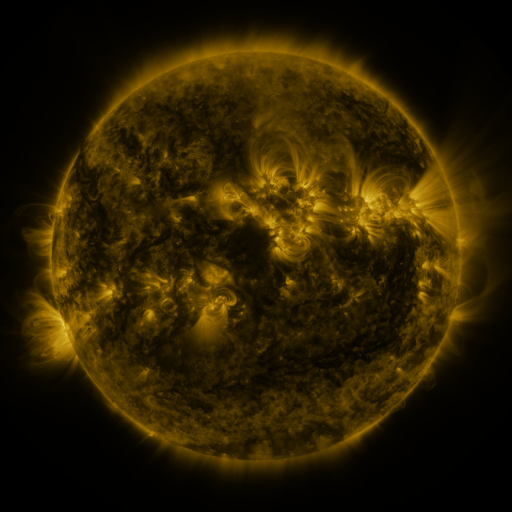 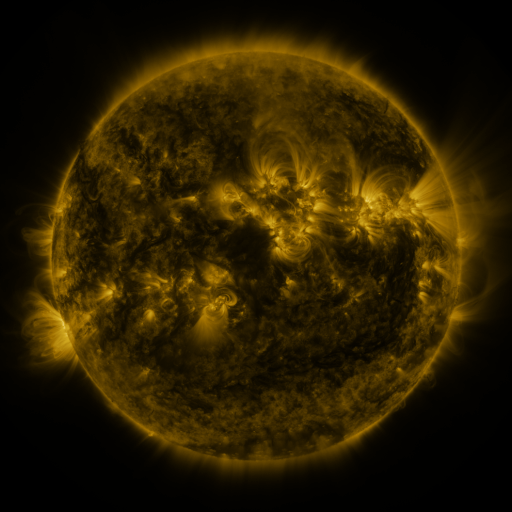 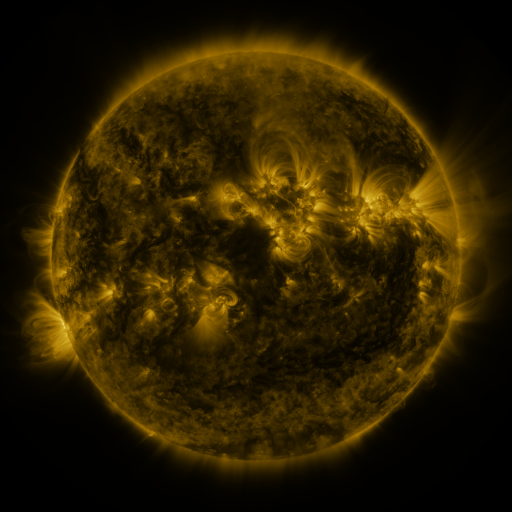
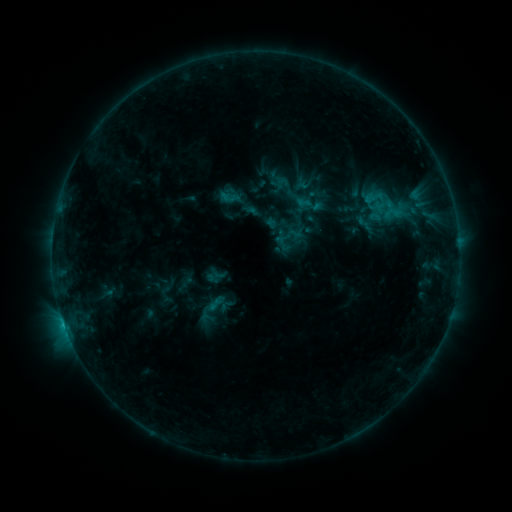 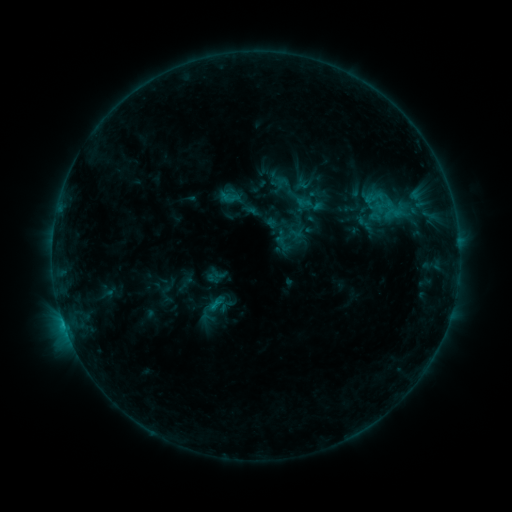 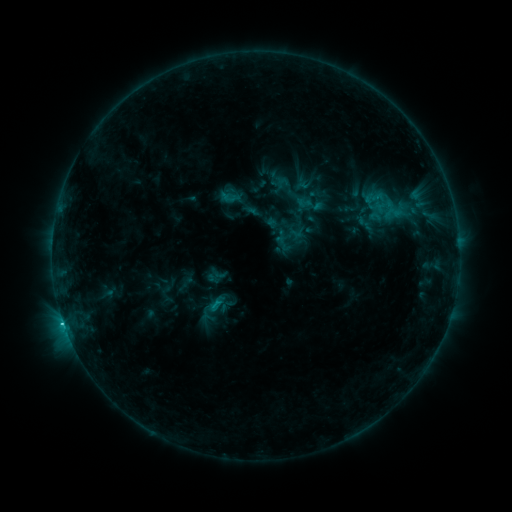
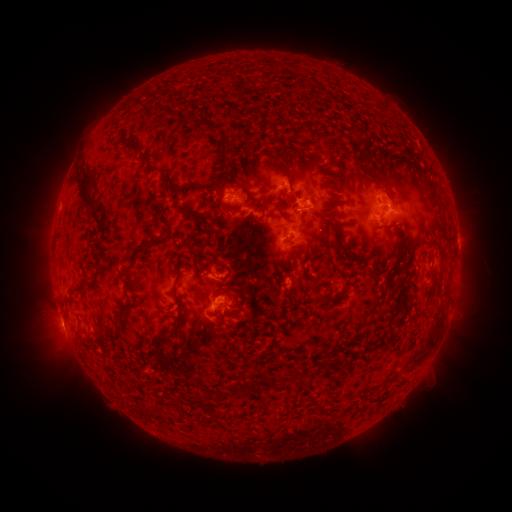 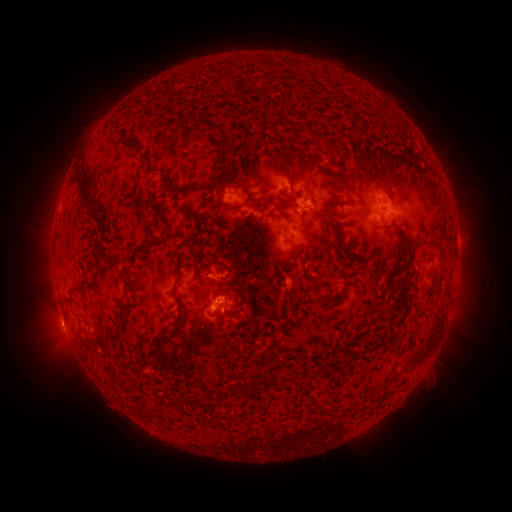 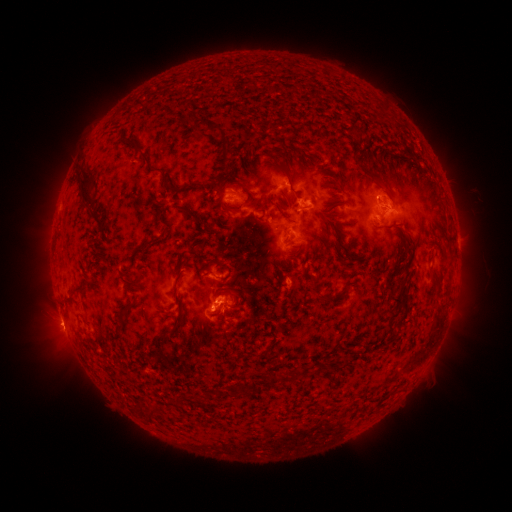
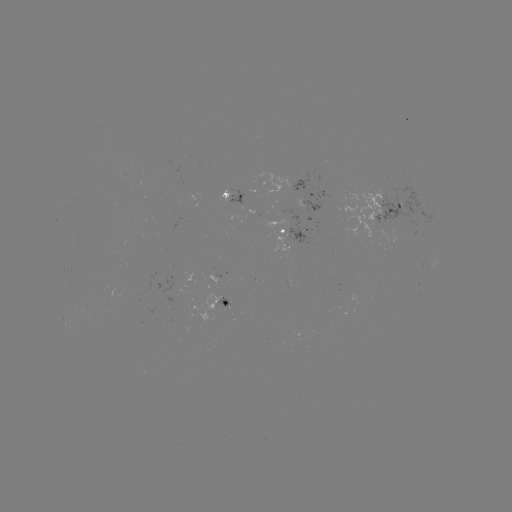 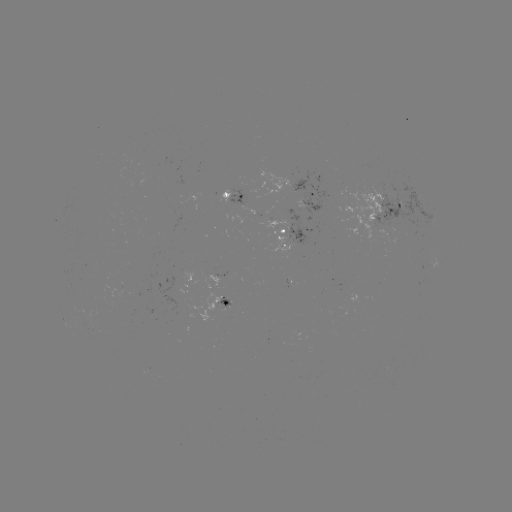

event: flare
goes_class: C1.5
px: (214, 303)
